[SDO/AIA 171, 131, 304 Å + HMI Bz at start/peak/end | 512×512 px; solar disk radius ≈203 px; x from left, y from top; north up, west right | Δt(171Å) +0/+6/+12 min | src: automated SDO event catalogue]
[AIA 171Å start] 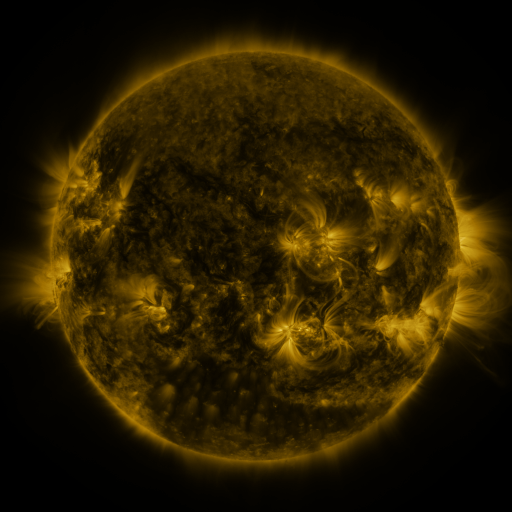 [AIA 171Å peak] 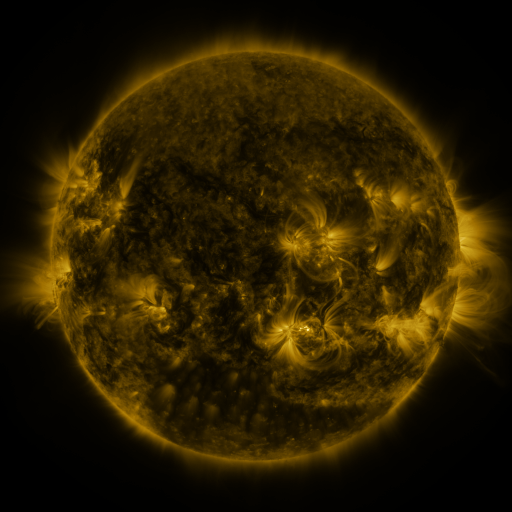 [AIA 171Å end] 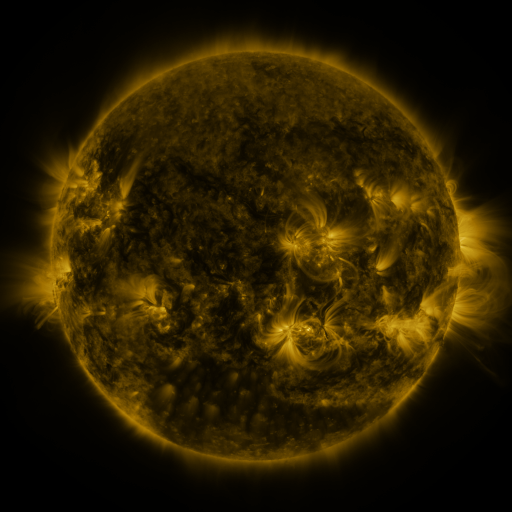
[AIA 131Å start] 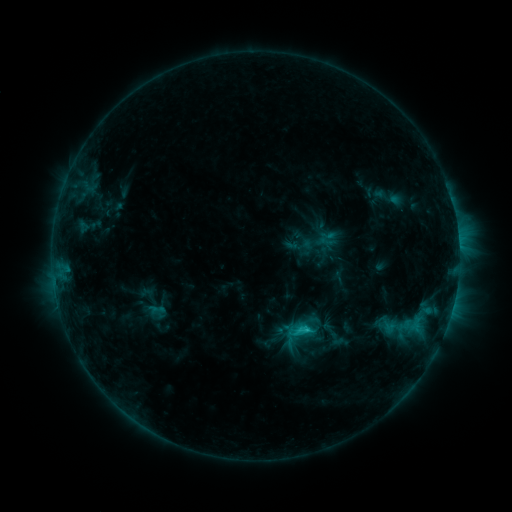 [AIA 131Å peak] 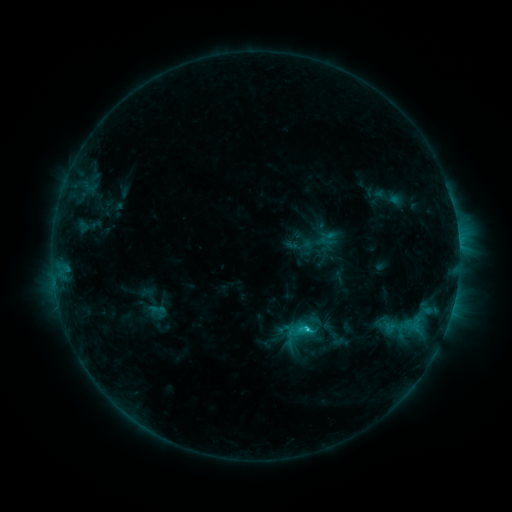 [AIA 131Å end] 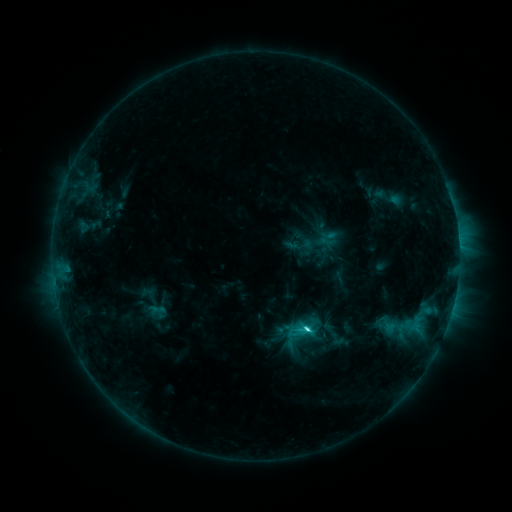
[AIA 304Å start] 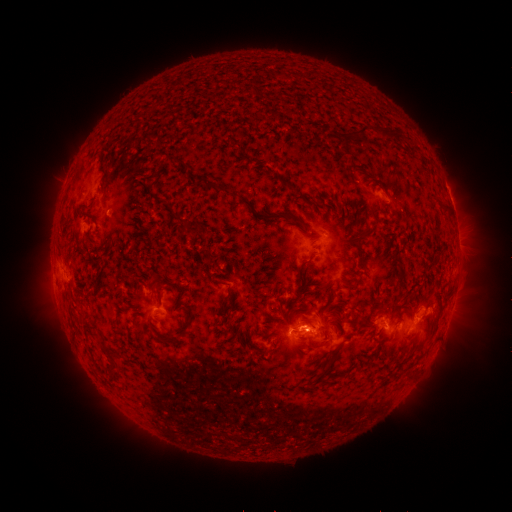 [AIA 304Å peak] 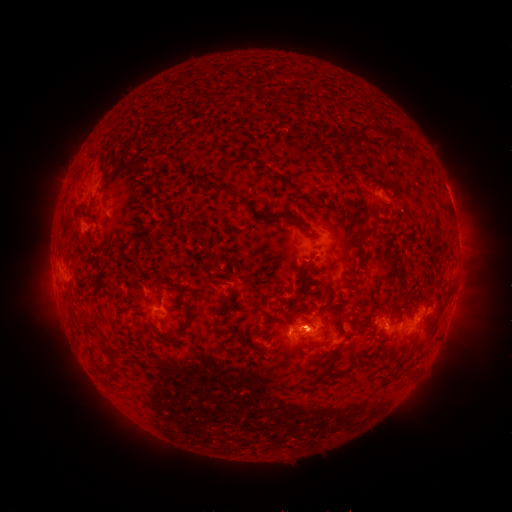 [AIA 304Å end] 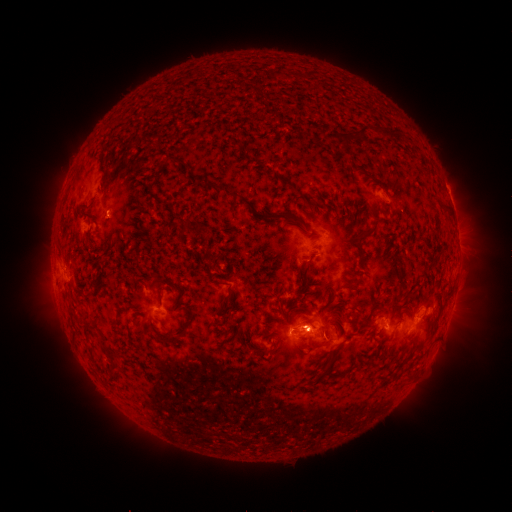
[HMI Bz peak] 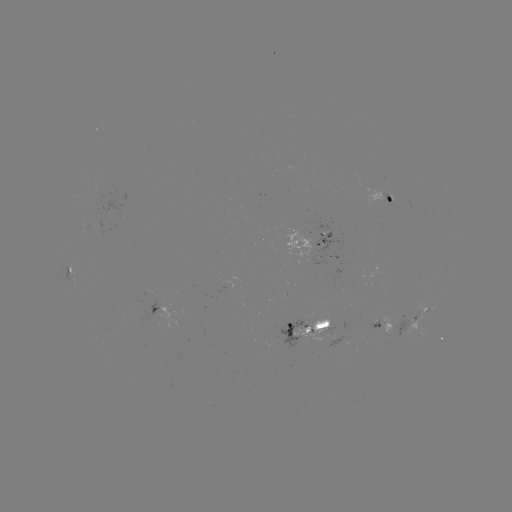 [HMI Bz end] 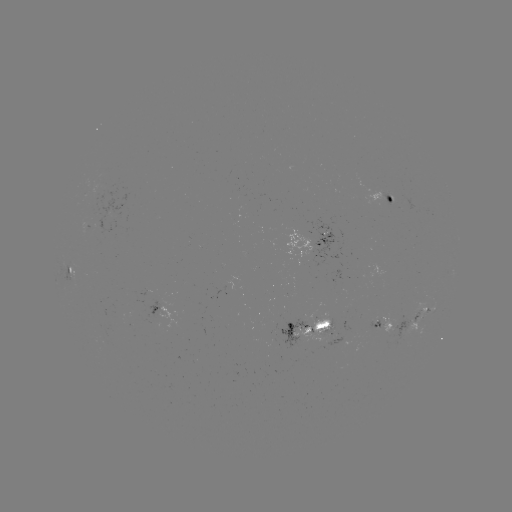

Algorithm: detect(C3.8 flare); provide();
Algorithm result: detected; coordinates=(305, 327)